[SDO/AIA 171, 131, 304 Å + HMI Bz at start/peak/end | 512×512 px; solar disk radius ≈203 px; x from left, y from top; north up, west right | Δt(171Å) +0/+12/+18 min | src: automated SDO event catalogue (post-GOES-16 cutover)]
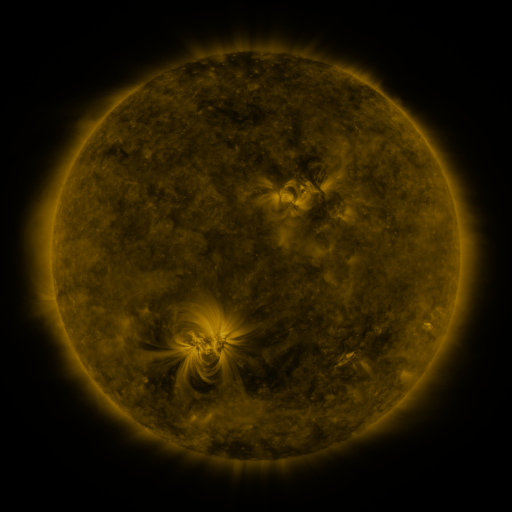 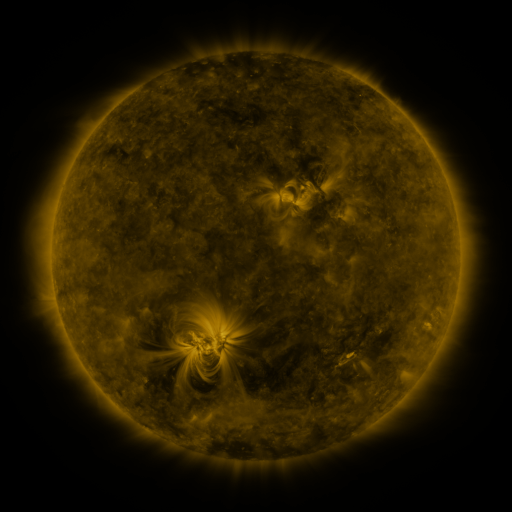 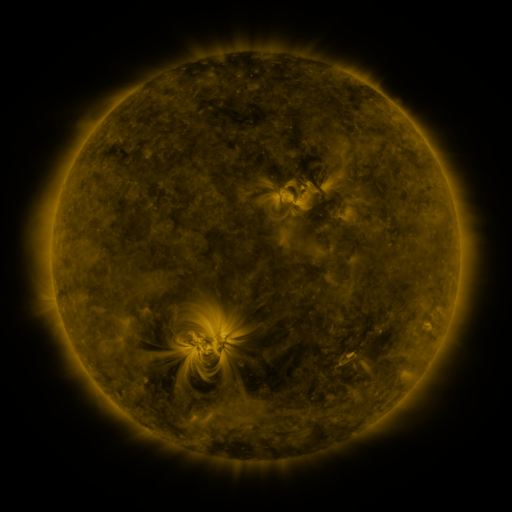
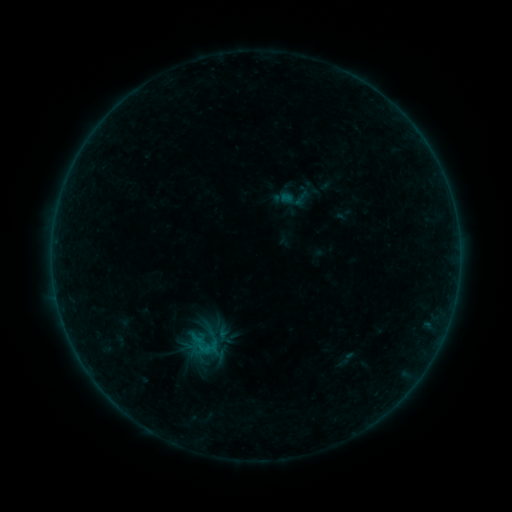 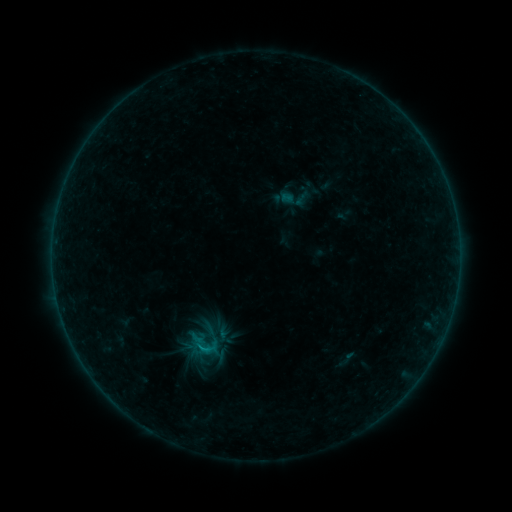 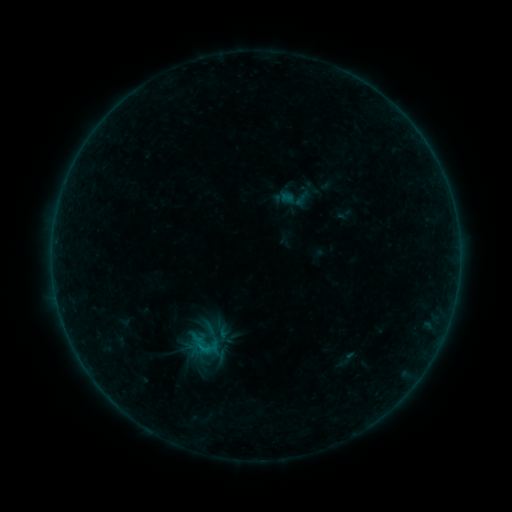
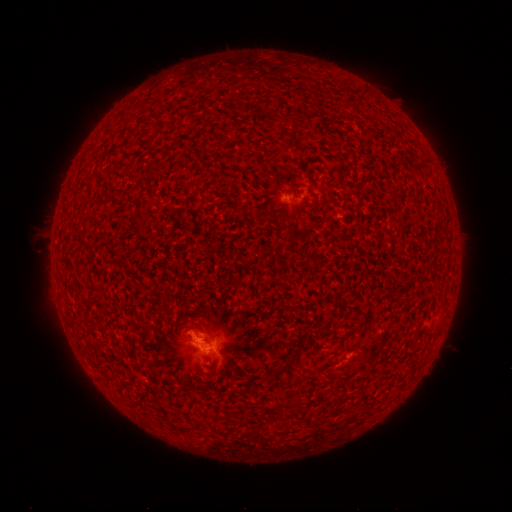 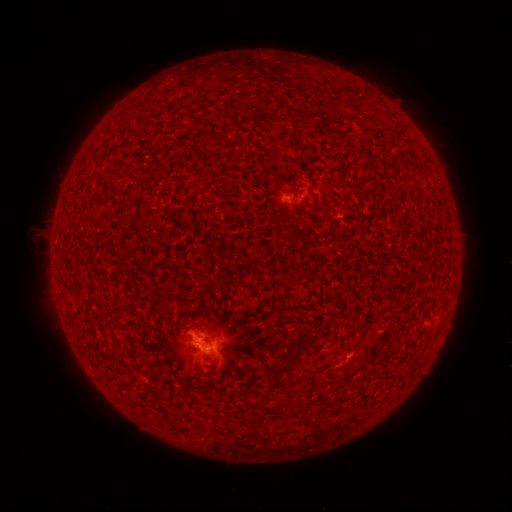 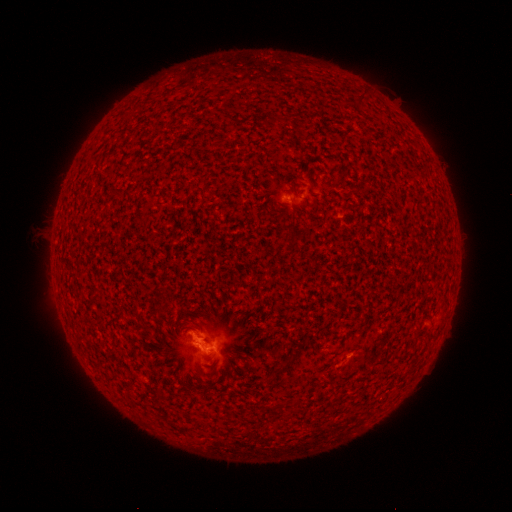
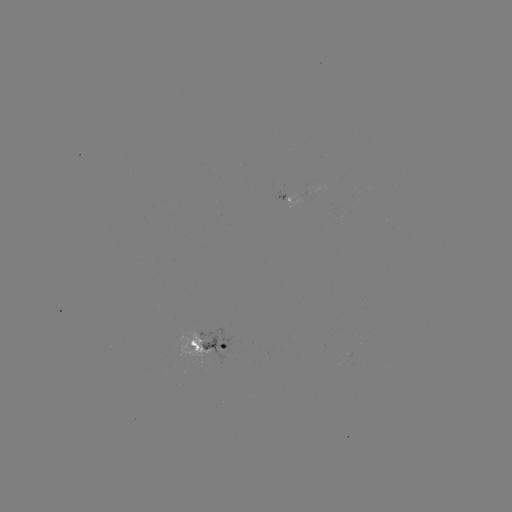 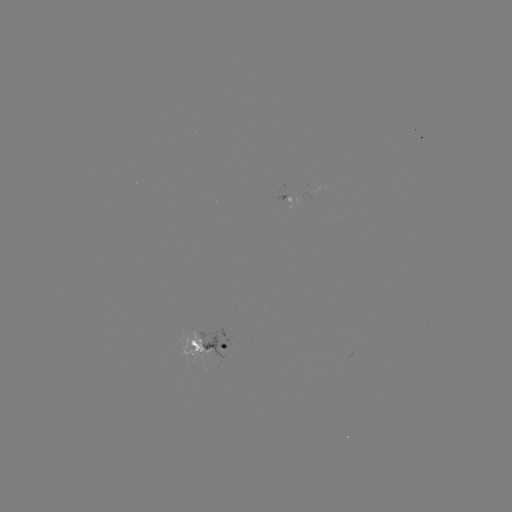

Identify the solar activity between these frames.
B3.9 flare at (204, 346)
